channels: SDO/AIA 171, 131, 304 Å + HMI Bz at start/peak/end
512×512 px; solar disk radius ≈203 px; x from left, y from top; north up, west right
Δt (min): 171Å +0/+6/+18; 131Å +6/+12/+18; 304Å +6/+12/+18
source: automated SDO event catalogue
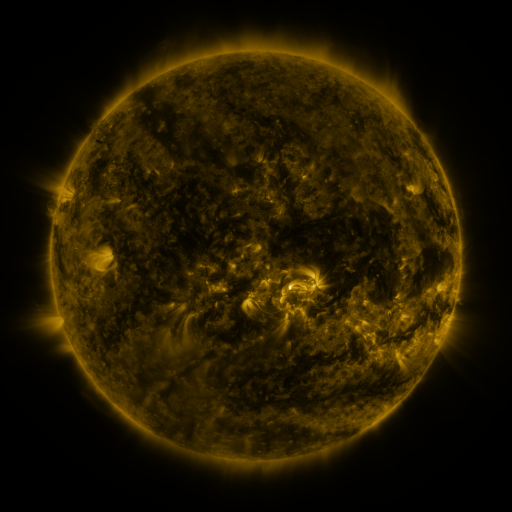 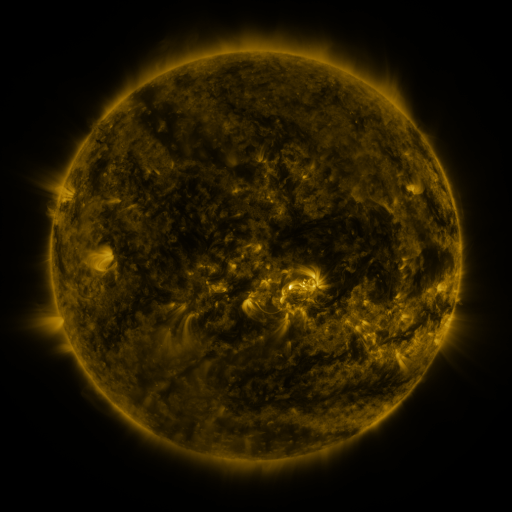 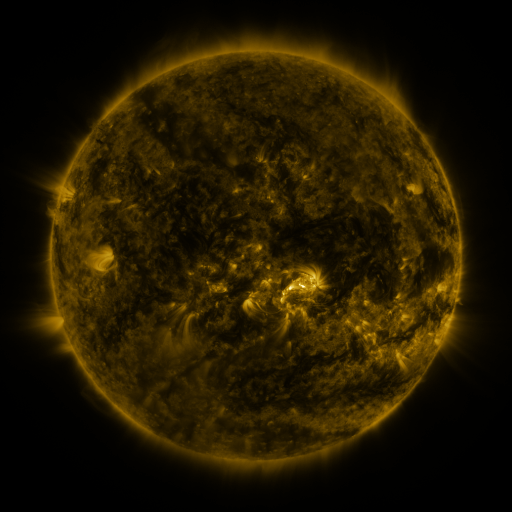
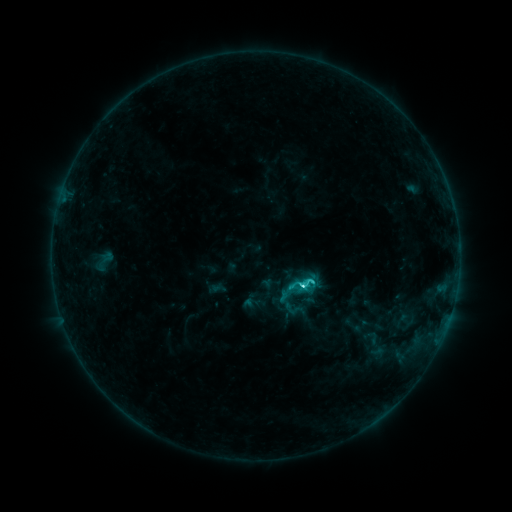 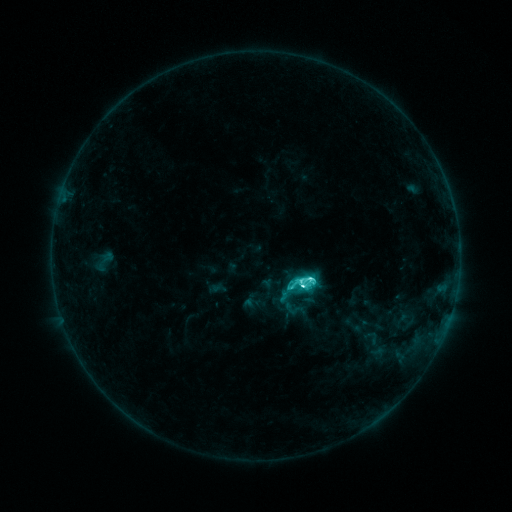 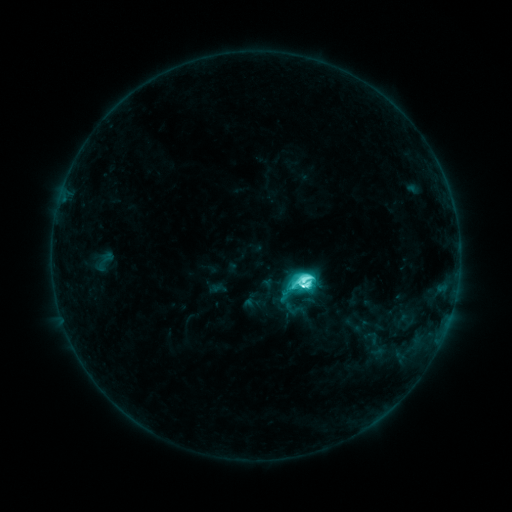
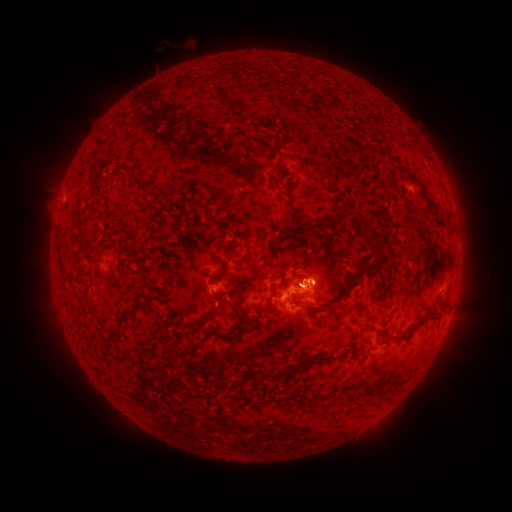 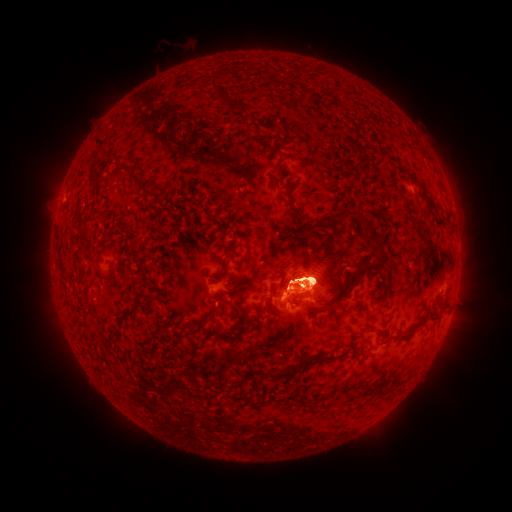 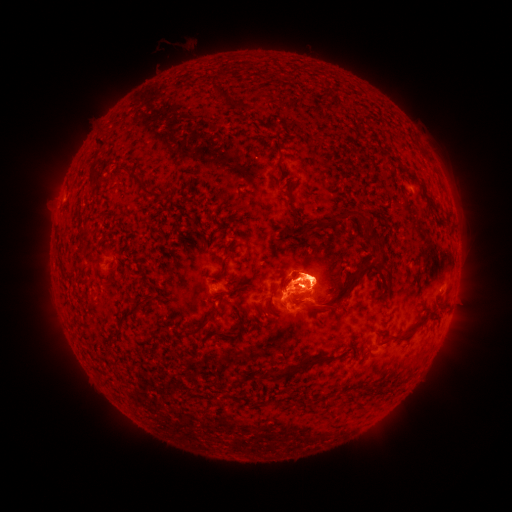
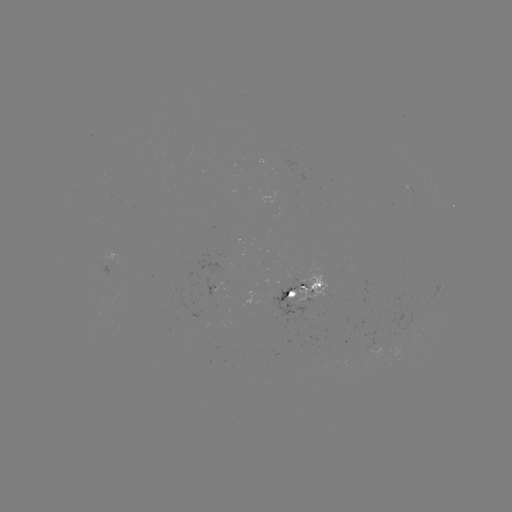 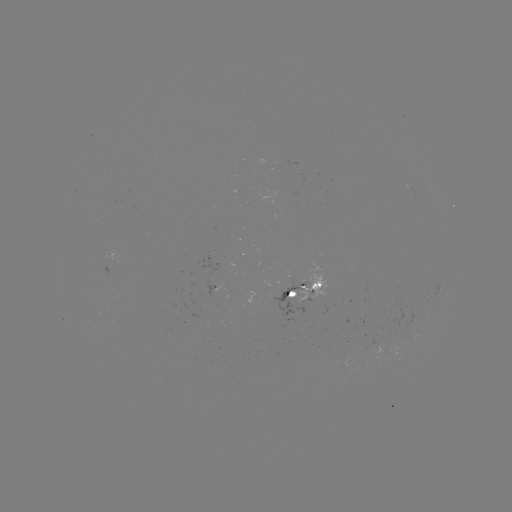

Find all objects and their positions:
eruption: (311, 272)
